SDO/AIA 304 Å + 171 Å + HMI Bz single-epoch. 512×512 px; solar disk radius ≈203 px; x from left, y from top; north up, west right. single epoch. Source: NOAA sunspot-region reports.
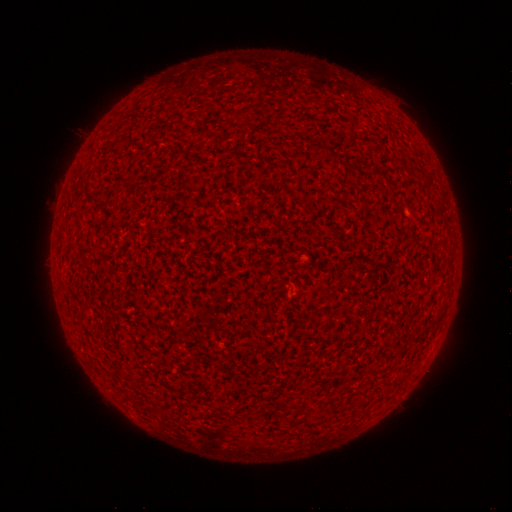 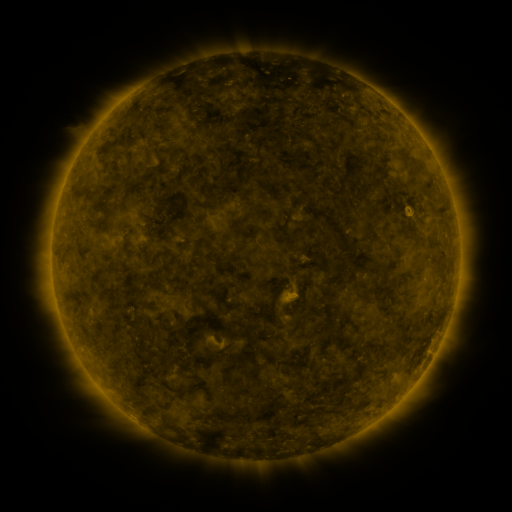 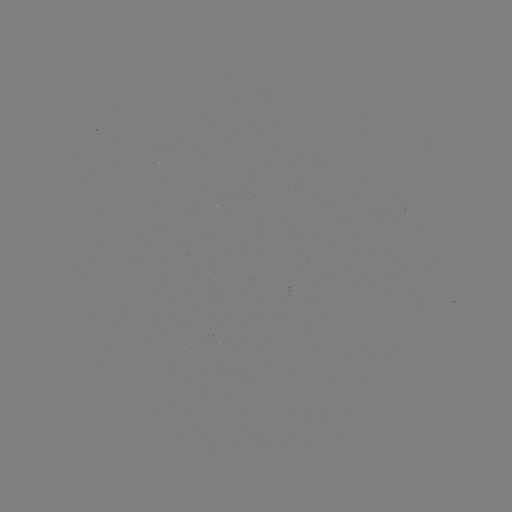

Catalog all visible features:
(none)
